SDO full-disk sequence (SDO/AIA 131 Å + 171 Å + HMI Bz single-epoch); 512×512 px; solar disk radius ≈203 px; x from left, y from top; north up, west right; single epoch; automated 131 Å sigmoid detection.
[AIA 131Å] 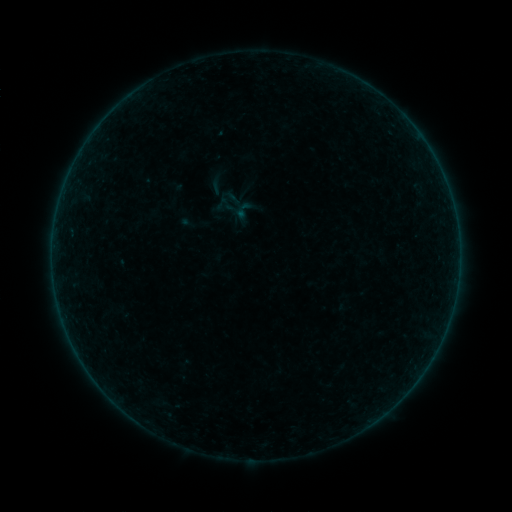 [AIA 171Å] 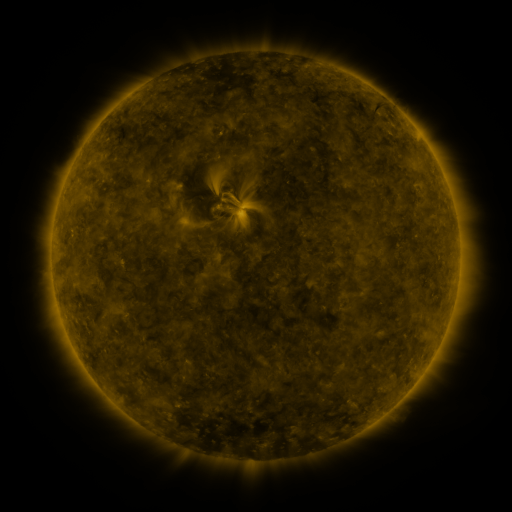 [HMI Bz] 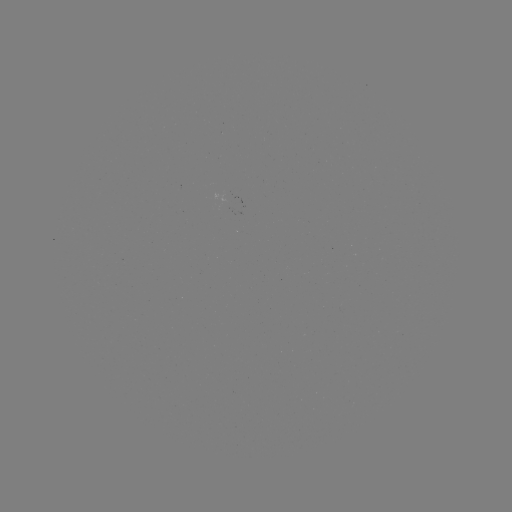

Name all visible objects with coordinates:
sigmoid: [205, 174, 227, 196]
